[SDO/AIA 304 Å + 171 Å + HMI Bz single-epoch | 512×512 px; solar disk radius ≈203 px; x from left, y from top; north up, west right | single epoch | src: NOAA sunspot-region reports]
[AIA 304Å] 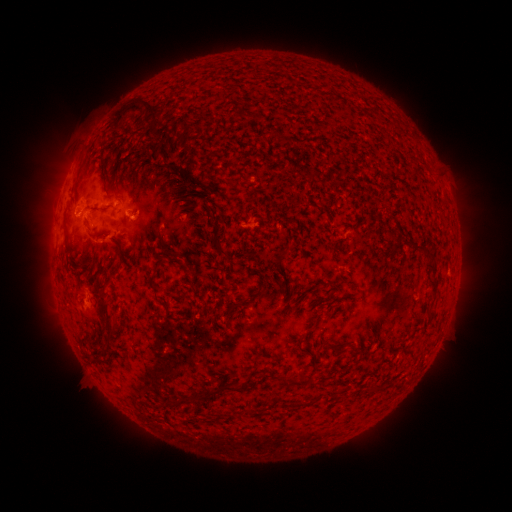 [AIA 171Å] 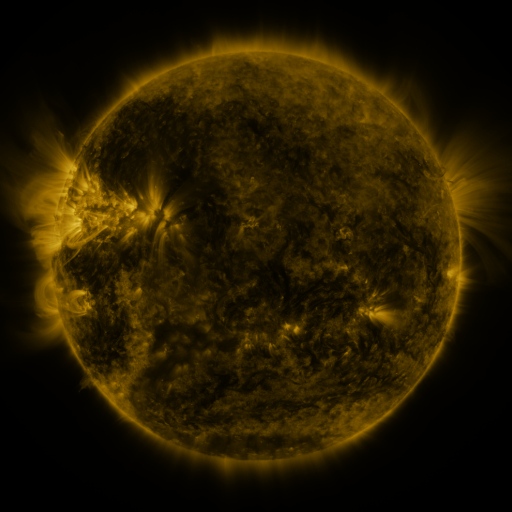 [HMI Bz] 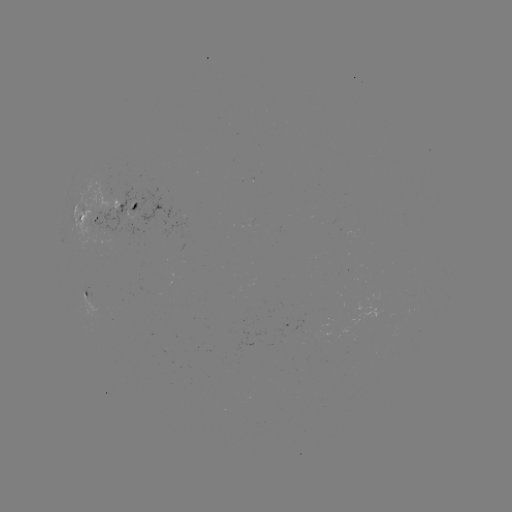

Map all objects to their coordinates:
spotted active region: (126, 210)
spotted active region: (89, 215)
spotted active region: (89, 296)
